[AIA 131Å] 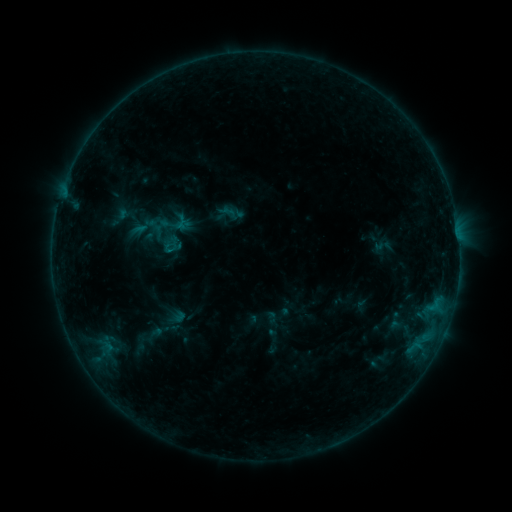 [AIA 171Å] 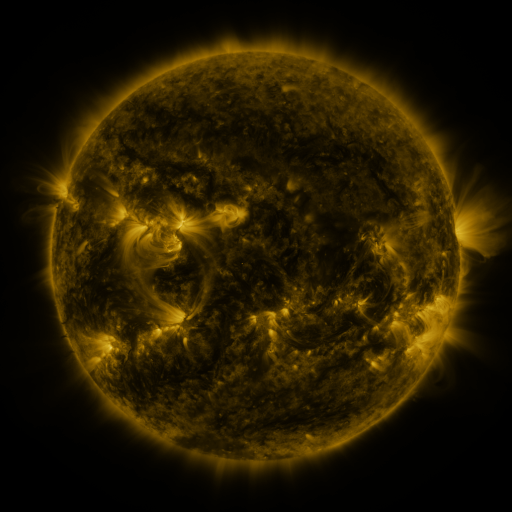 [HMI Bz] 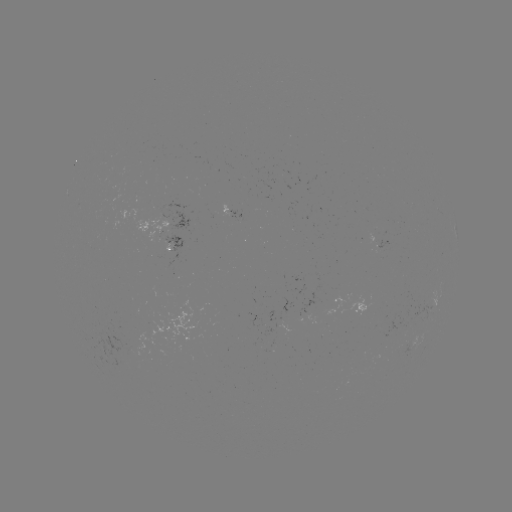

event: sigmoid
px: (173, 223)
